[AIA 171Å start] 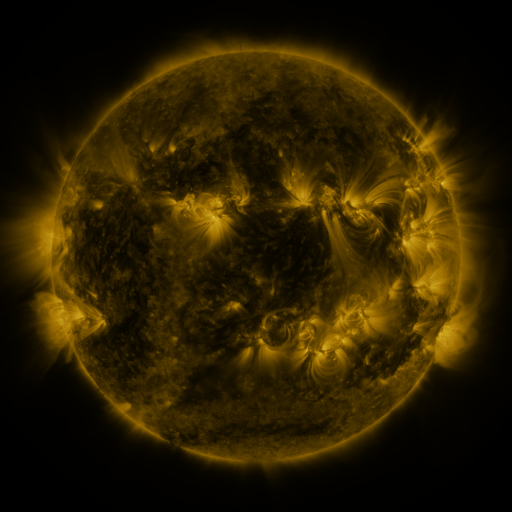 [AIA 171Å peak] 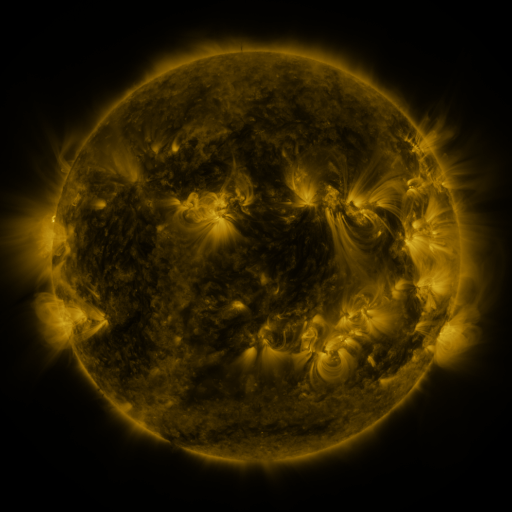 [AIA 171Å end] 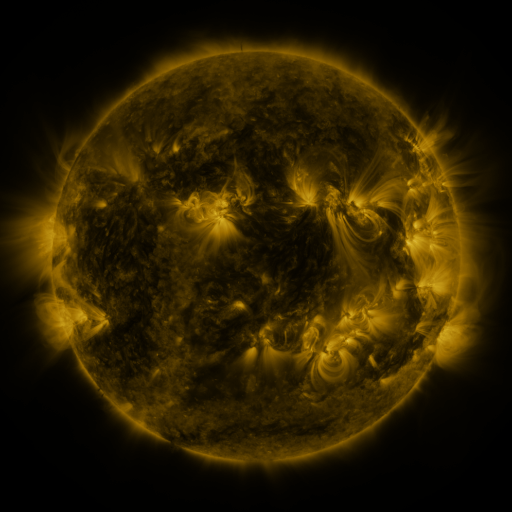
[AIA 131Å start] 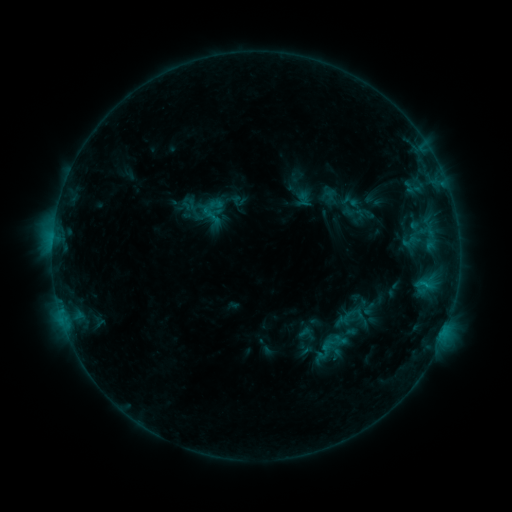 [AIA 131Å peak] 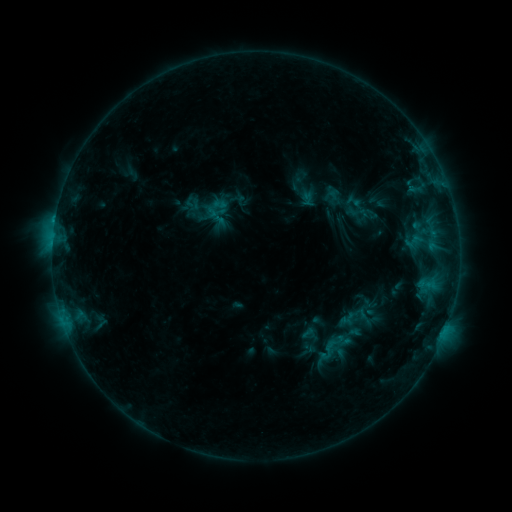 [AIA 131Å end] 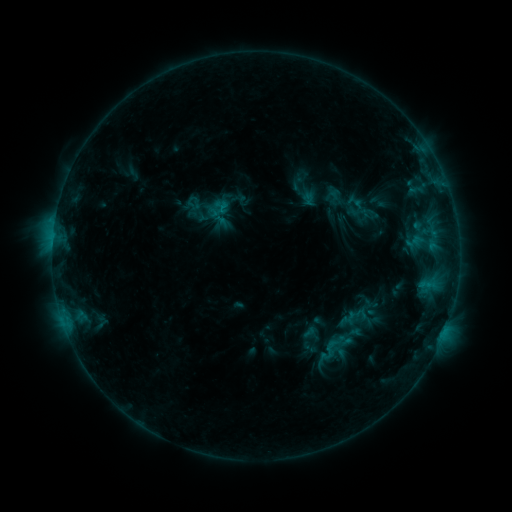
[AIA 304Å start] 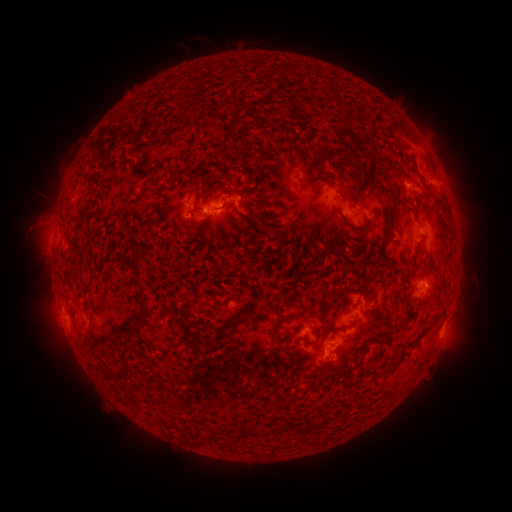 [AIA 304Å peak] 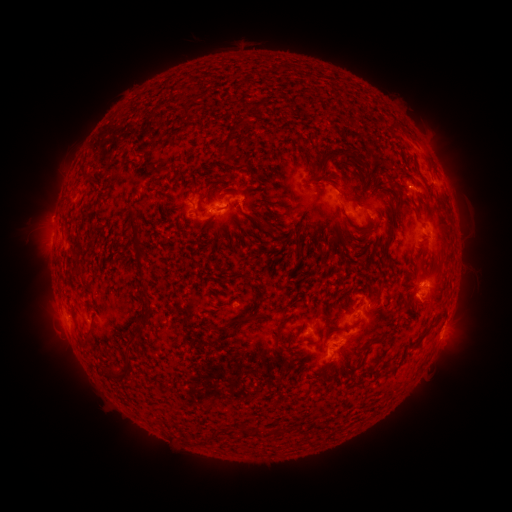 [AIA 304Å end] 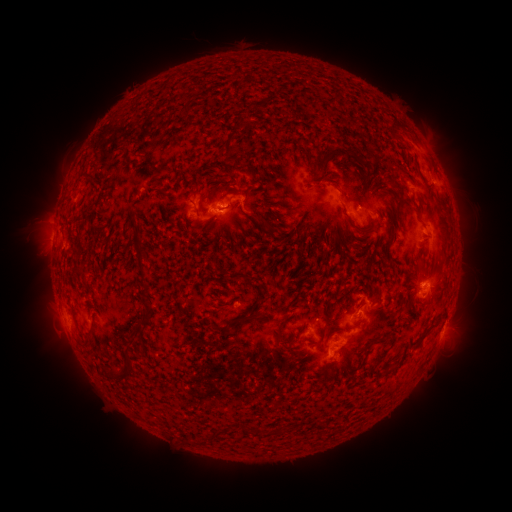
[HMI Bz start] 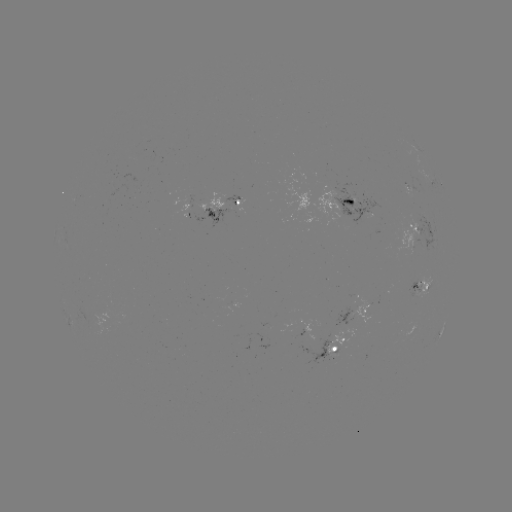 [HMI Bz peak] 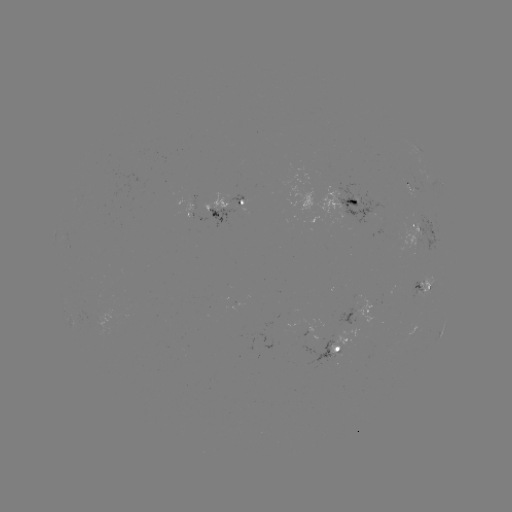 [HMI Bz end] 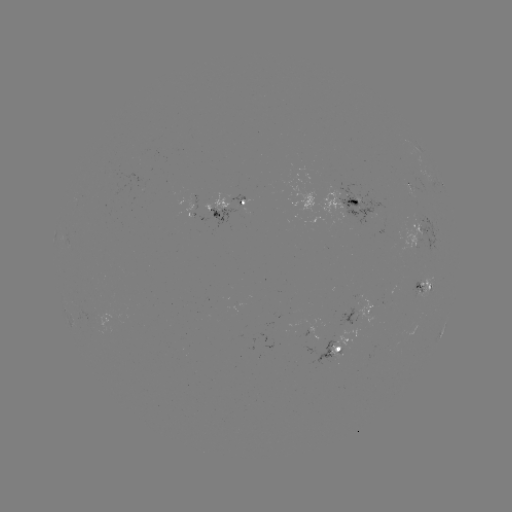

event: emerging-flux region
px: (215, 201)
